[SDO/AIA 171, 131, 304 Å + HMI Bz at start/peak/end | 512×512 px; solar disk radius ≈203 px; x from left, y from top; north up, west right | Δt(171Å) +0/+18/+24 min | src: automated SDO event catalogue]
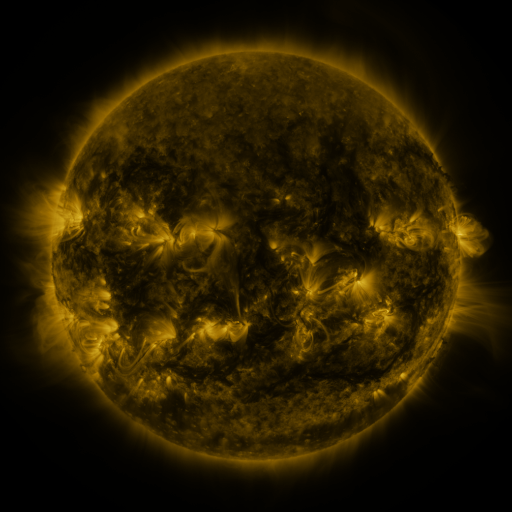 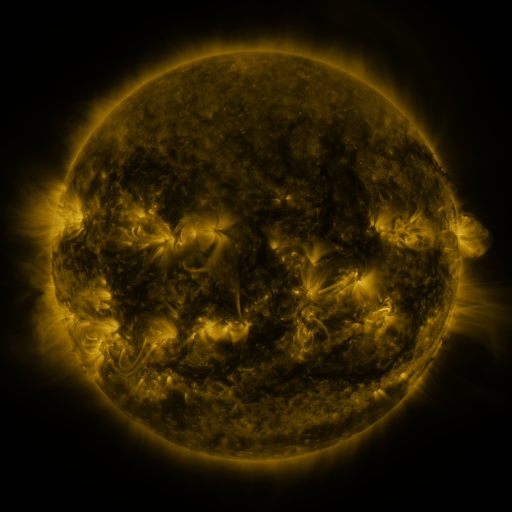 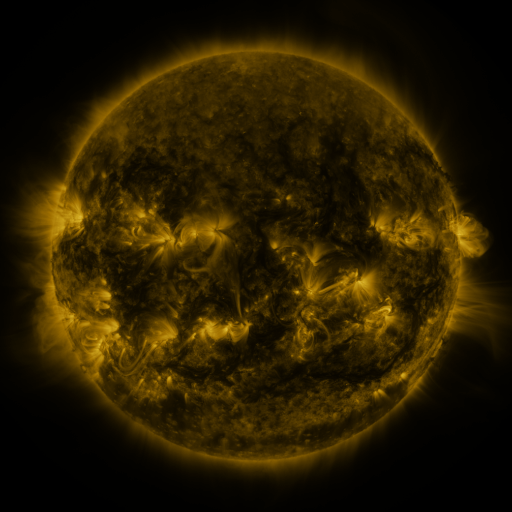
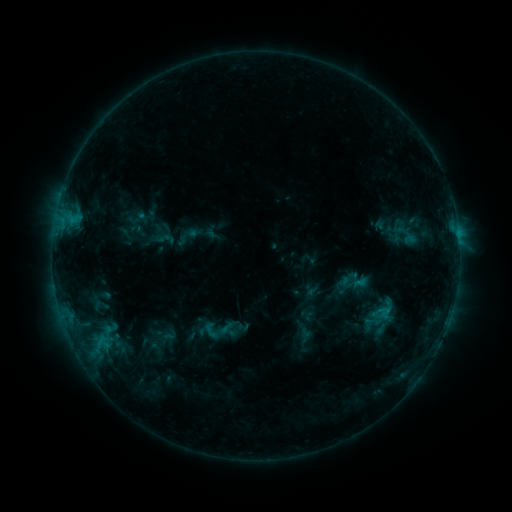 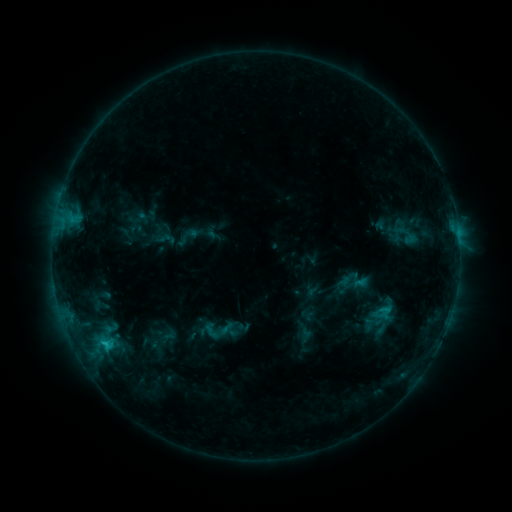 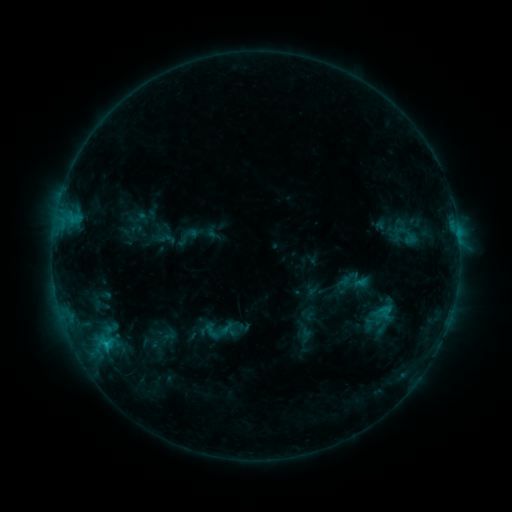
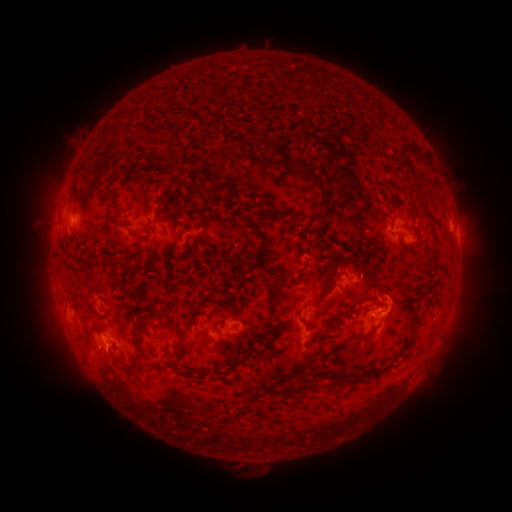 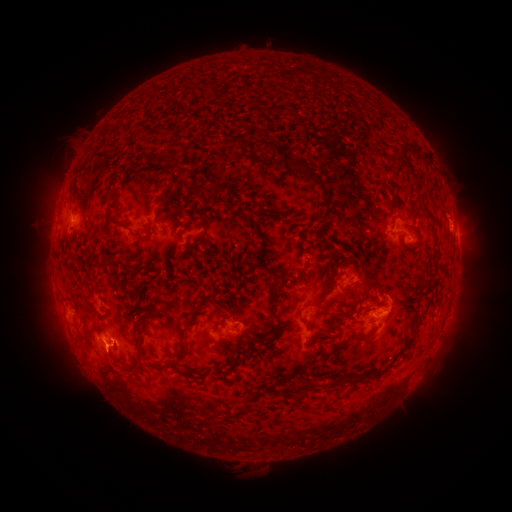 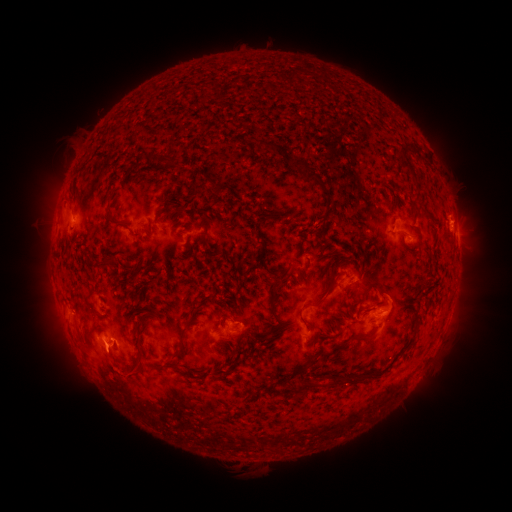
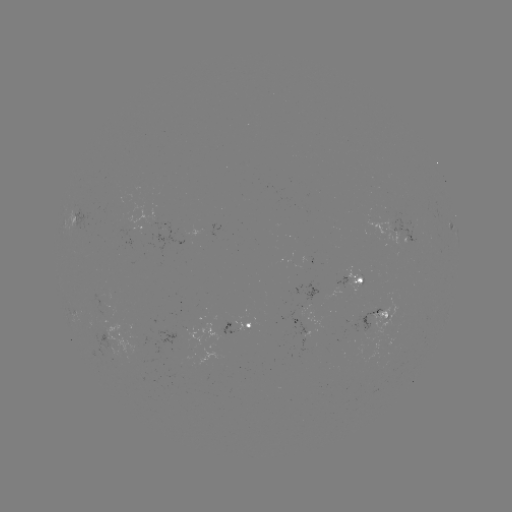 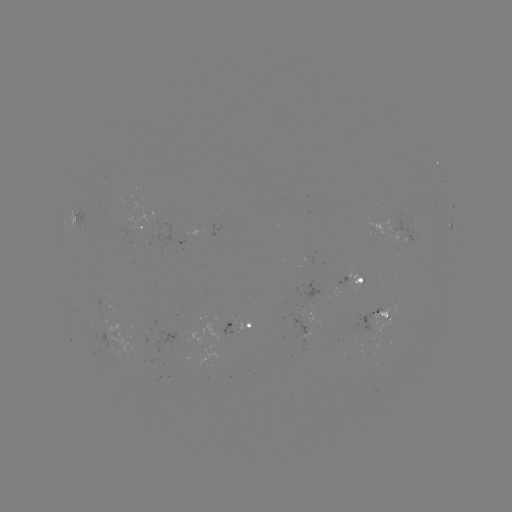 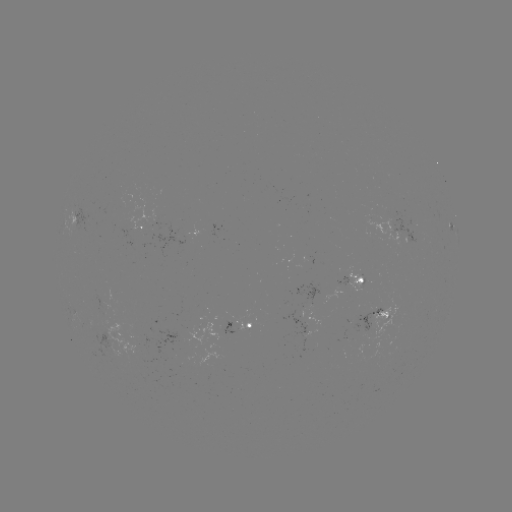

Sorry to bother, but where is C1.2 flare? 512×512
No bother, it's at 106,341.